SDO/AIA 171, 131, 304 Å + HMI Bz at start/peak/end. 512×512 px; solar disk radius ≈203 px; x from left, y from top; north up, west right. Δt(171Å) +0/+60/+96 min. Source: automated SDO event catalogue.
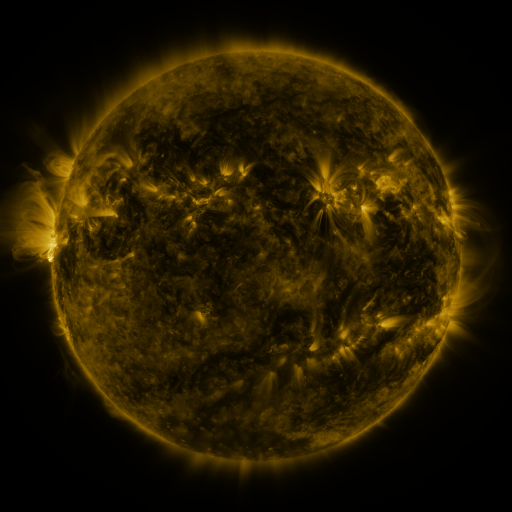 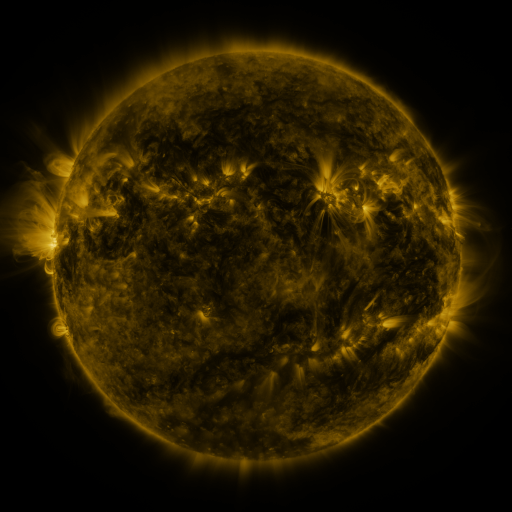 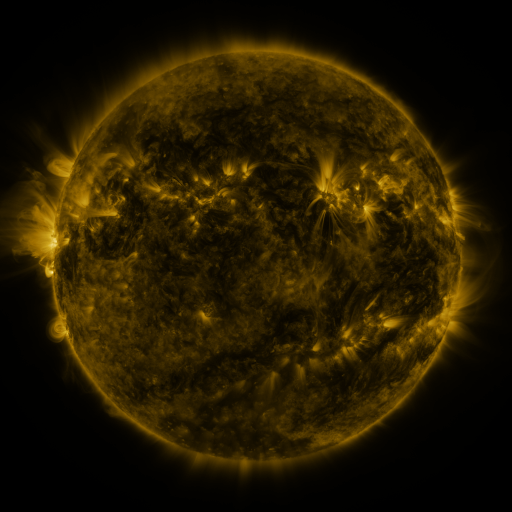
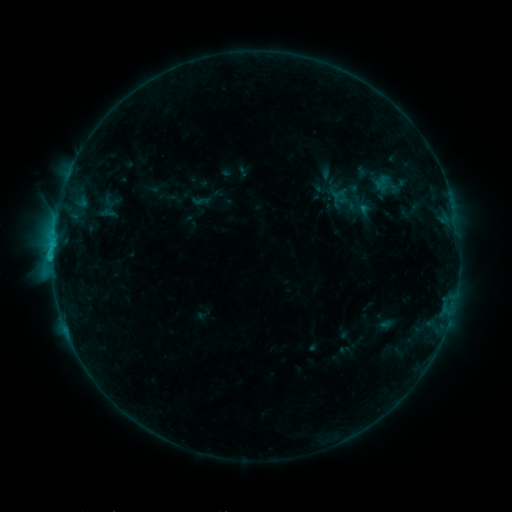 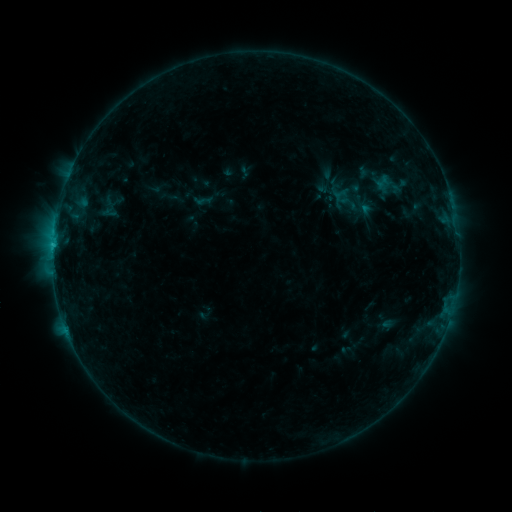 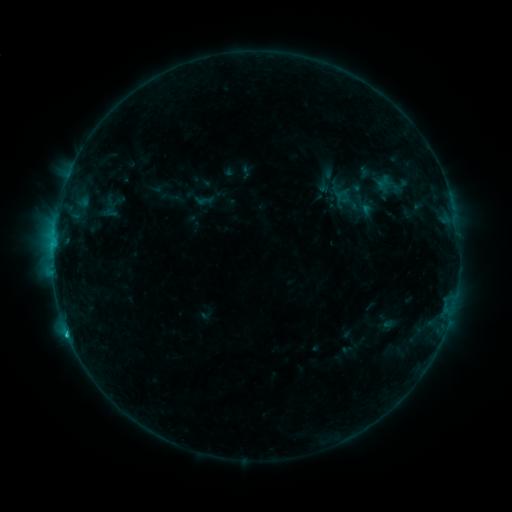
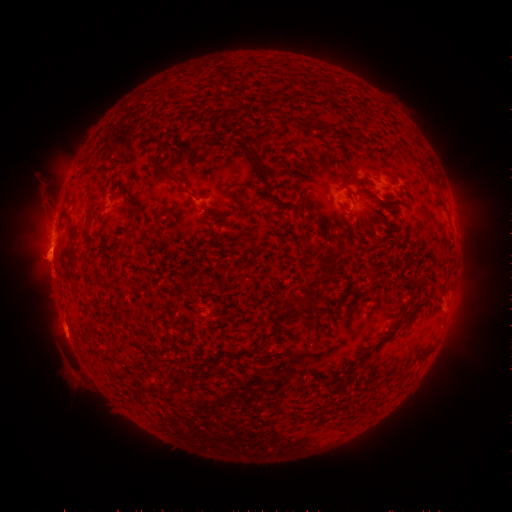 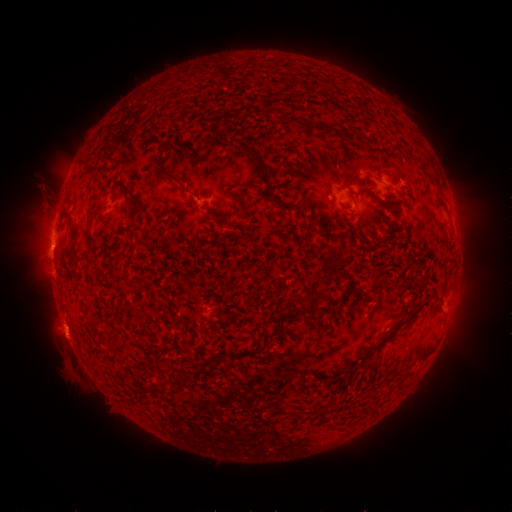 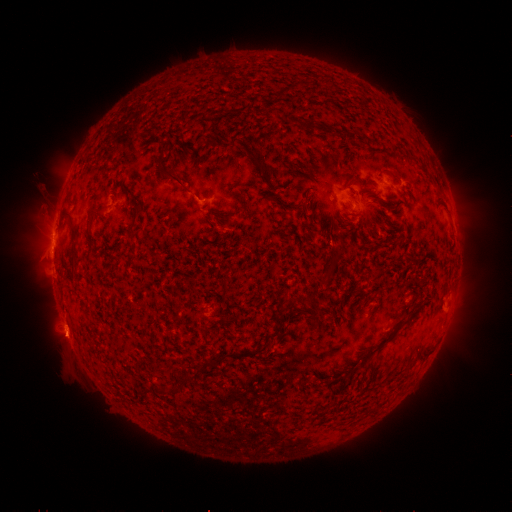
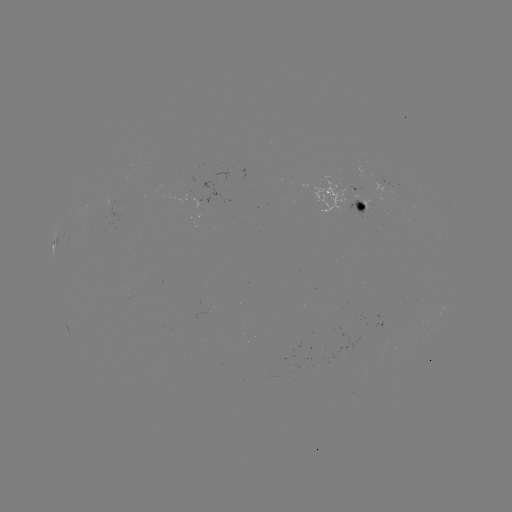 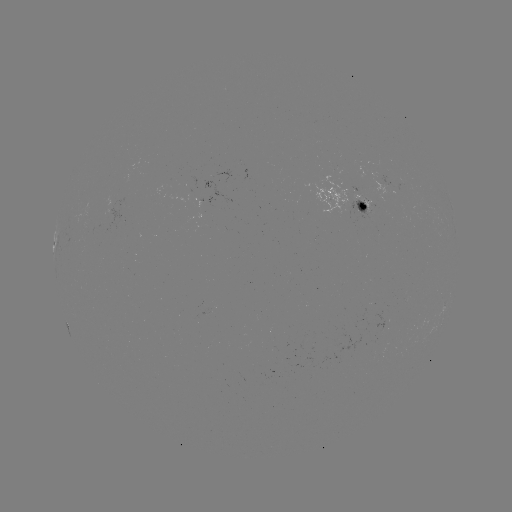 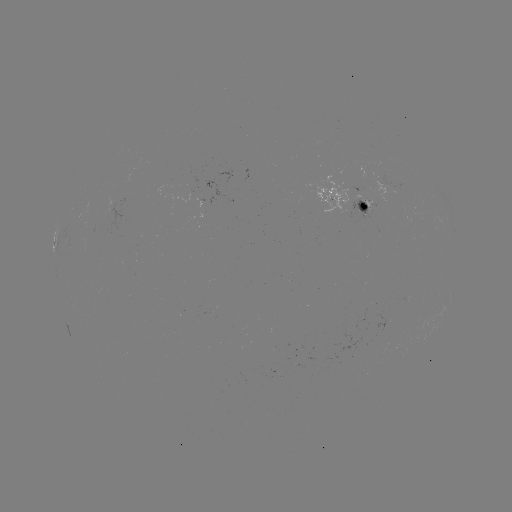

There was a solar emerging-flux region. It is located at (390, 186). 